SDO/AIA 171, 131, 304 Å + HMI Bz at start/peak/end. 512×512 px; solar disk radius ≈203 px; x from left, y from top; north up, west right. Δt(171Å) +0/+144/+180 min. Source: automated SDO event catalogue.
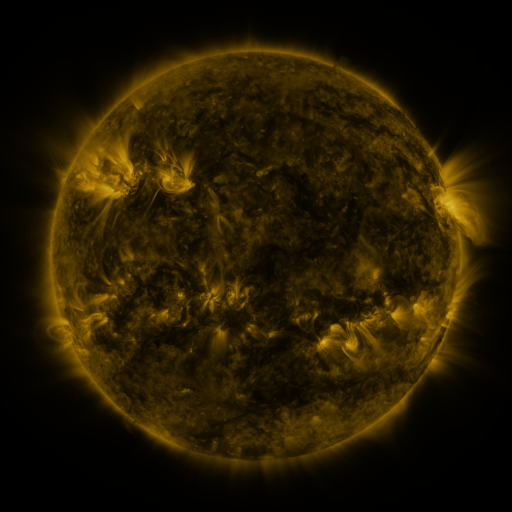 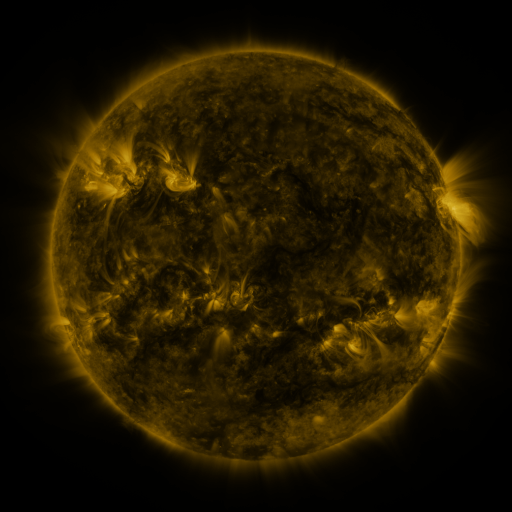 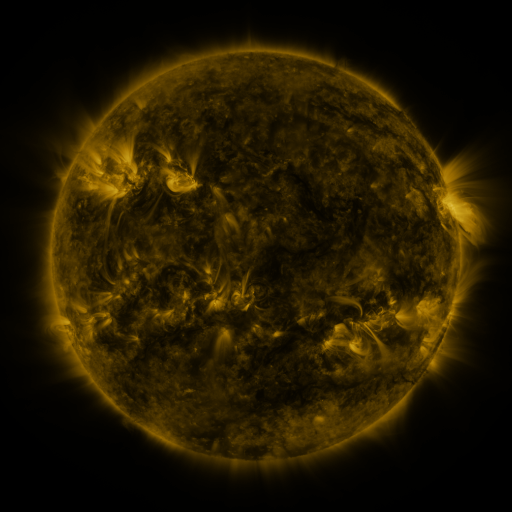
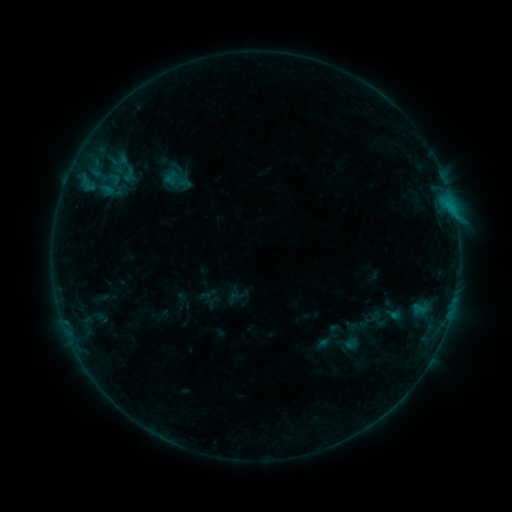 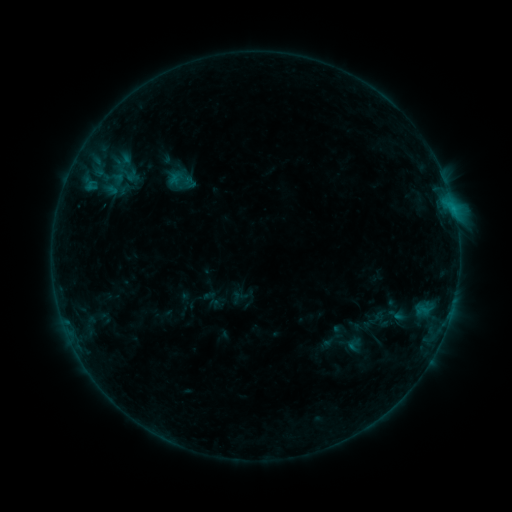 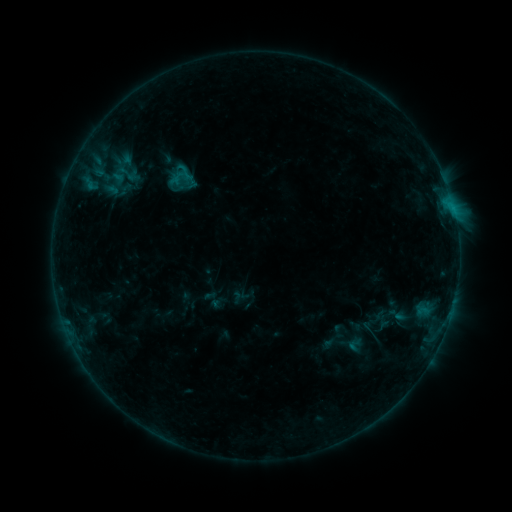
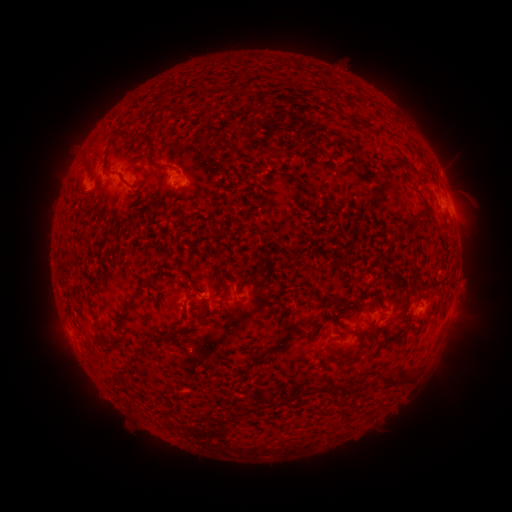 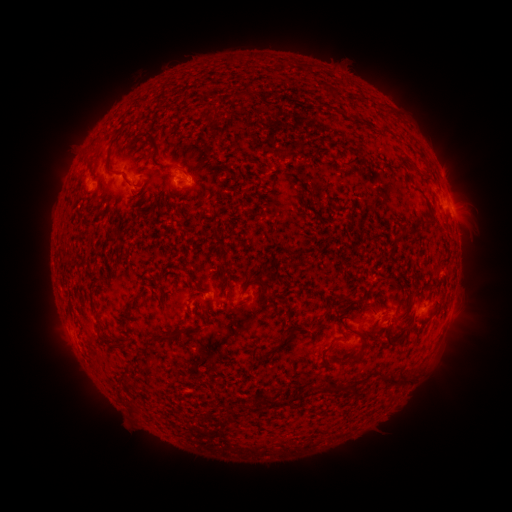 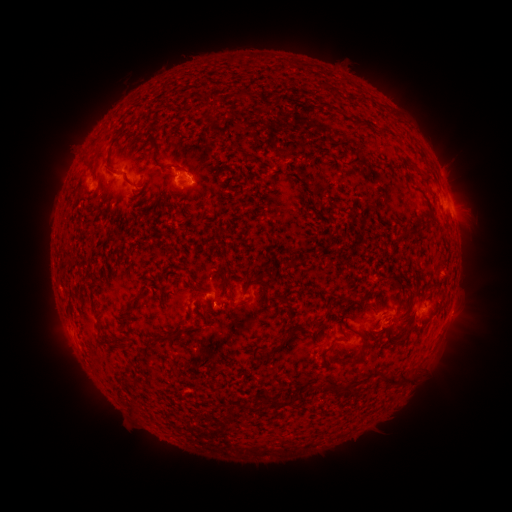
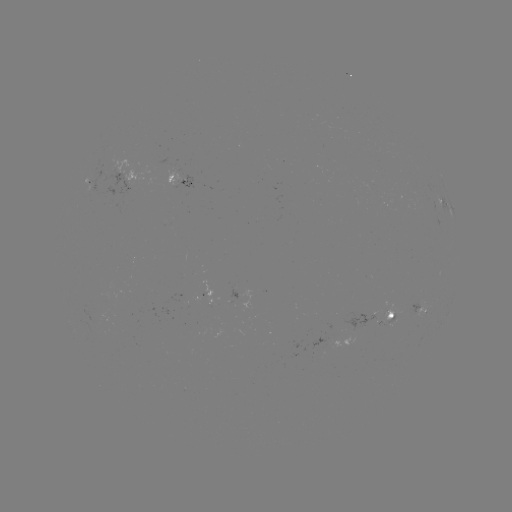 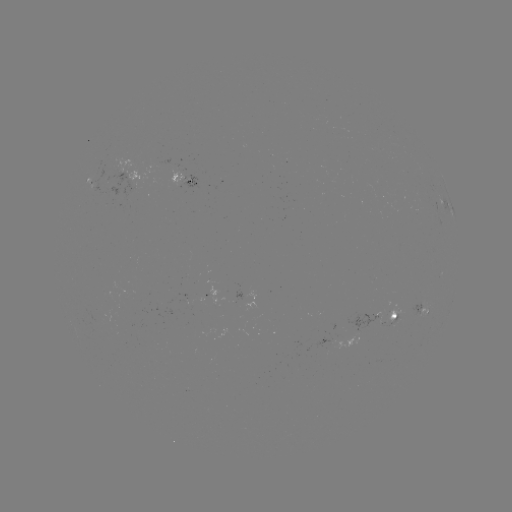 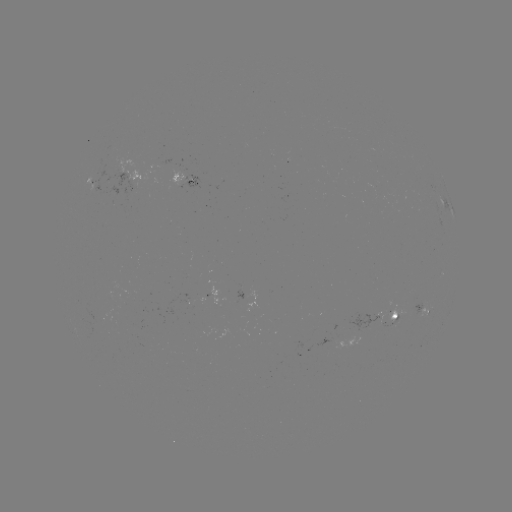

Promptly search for emerging-flux region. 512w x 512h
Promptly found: (97, 317).